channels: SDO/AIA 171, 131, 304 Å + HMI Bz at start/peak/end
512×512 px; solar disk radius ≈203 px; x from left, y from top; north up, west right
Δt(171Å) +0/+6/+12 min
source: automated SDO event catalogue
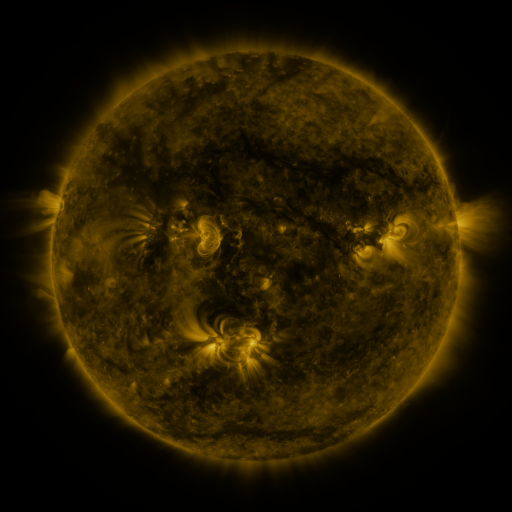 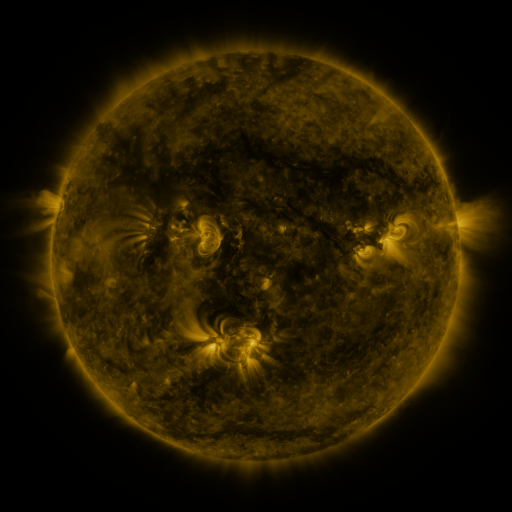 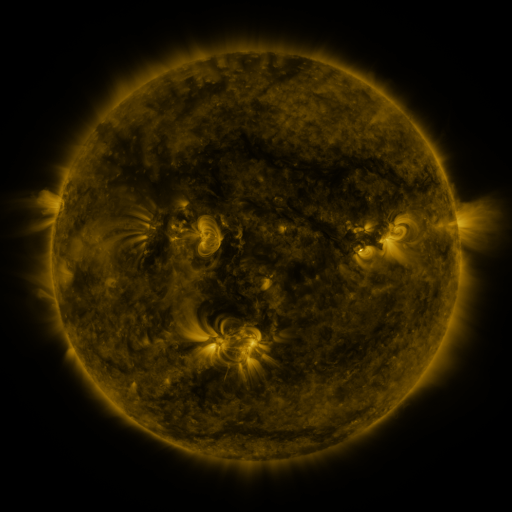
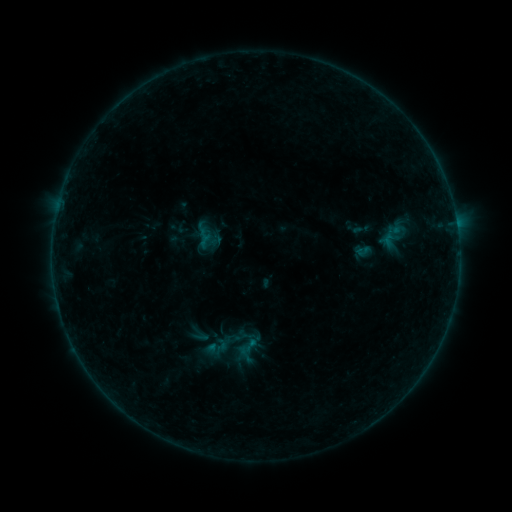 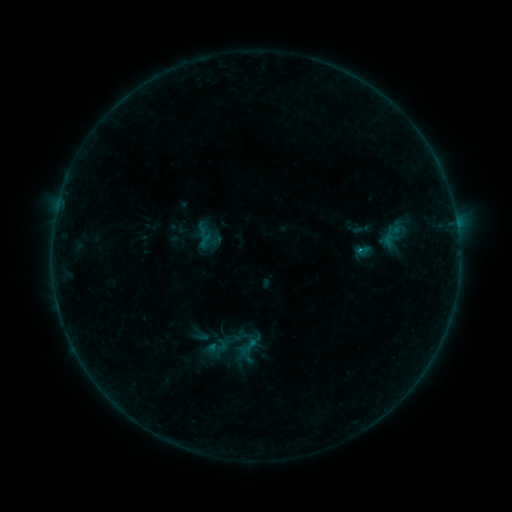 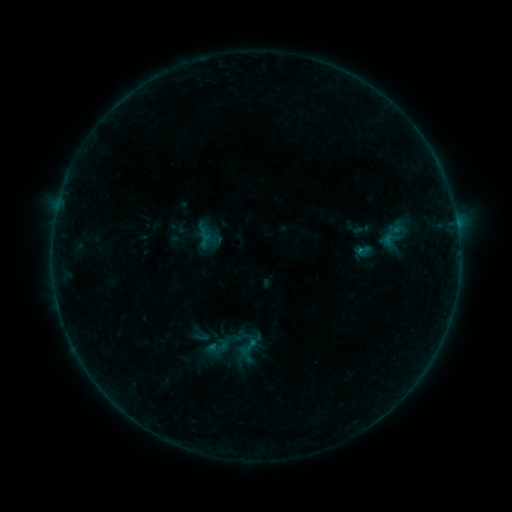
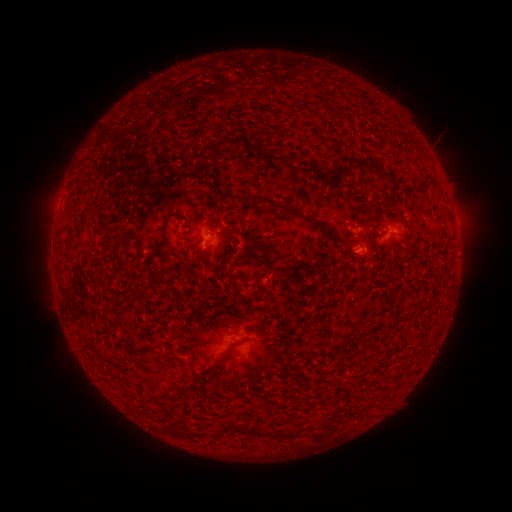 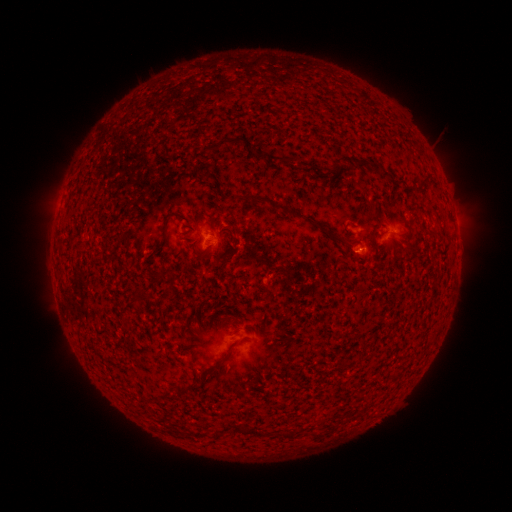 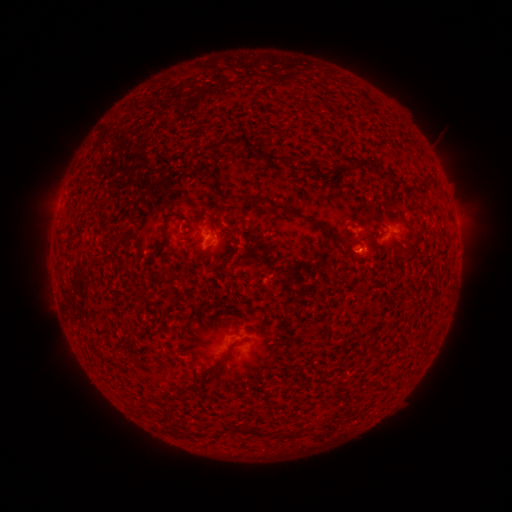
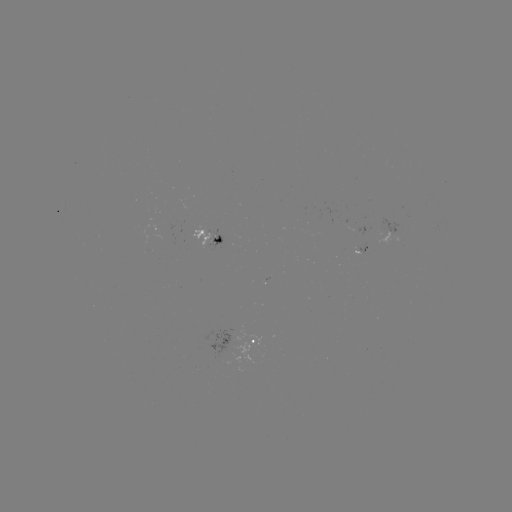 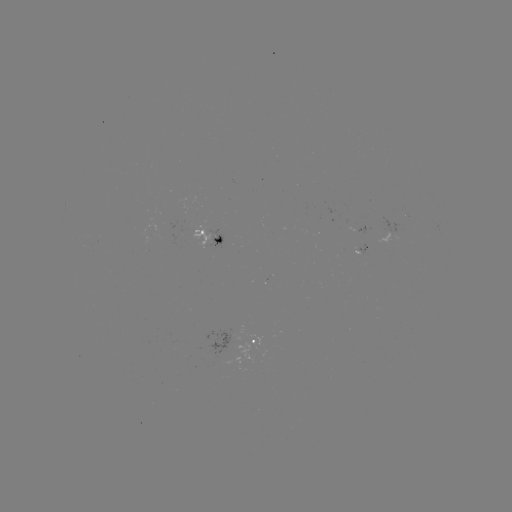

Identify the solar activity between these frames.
B2.5 flare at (357, 253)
